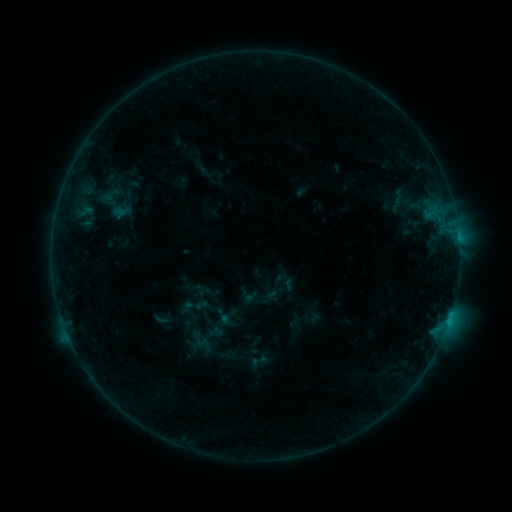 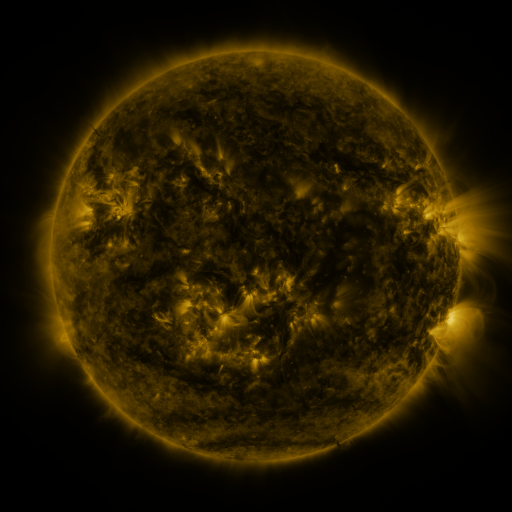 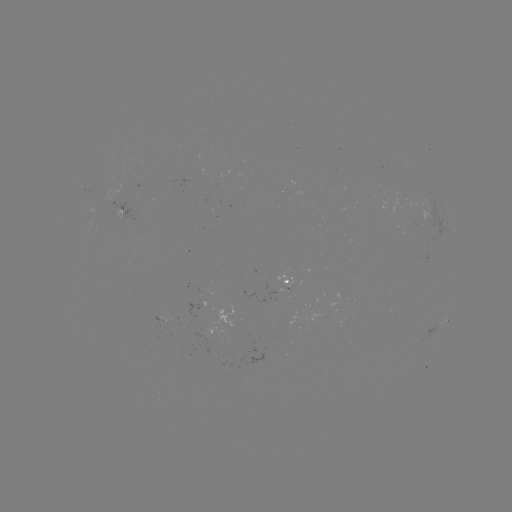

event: sigmoid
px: (274, 287)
